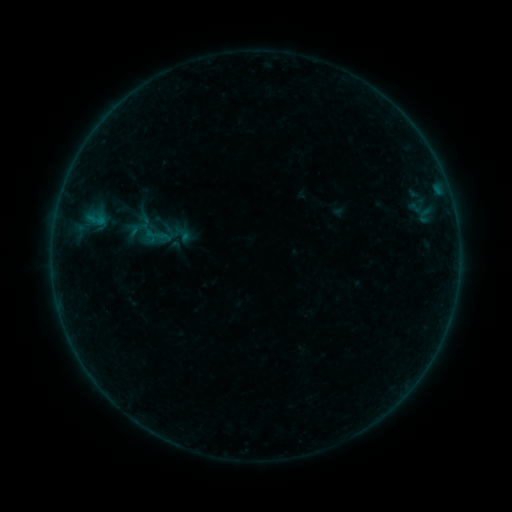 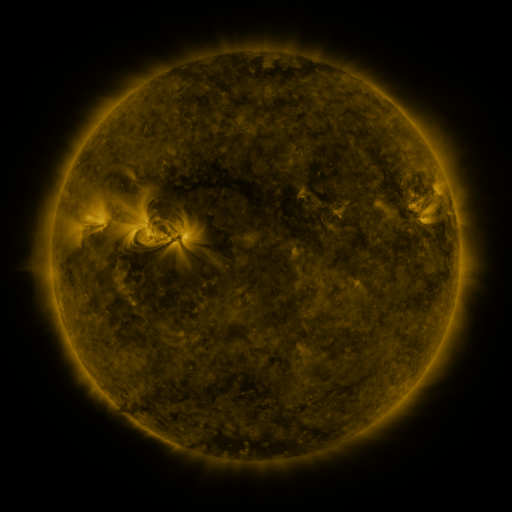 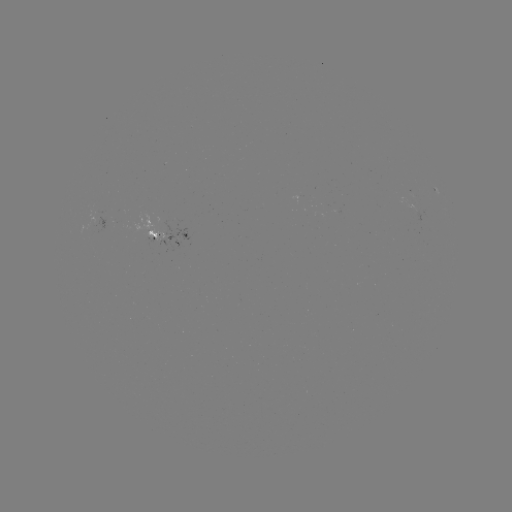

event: sigmoid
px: (157, 237)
